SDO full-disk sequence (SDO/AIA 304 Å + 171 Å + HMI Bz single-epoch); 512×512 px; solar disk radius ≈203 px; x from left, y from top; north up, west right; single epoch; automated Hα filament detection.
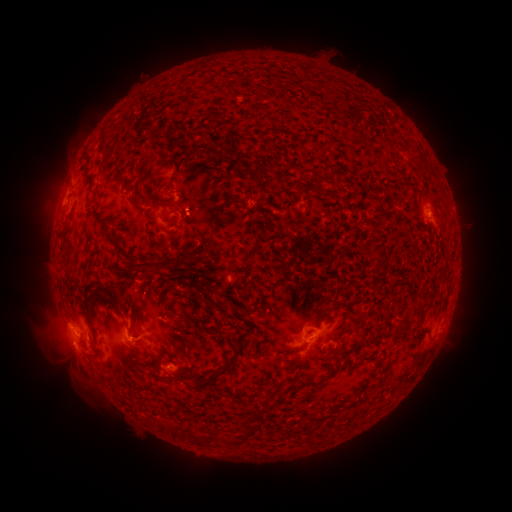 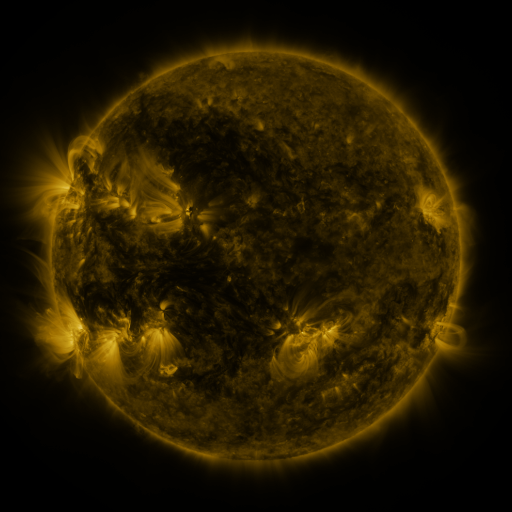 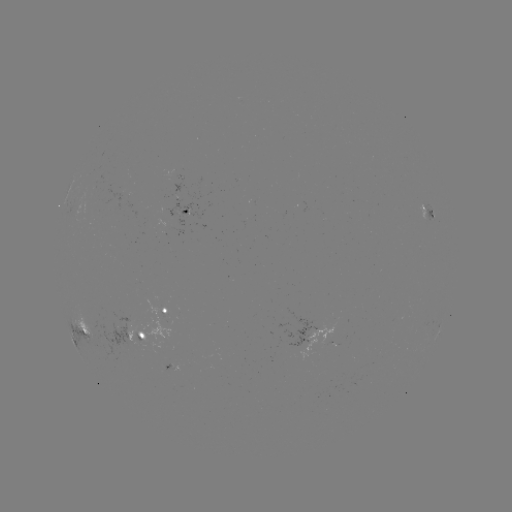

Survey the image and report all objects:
filament: (257, 171)
filament: (120, 174)
filament: (172, 178)
filament: (321, 185)
filament: (190, 210)
filament: (381, 259)
filament: (153, 264)
filament: (127, 293)
filament: (114, 296)
filament: (222, 305)
filament: (424, 312)
filament: (357, 320)
filament: (217, 373)
filament: (325, 378)
